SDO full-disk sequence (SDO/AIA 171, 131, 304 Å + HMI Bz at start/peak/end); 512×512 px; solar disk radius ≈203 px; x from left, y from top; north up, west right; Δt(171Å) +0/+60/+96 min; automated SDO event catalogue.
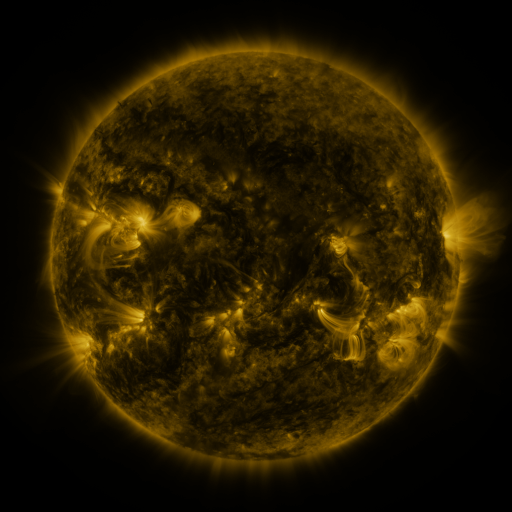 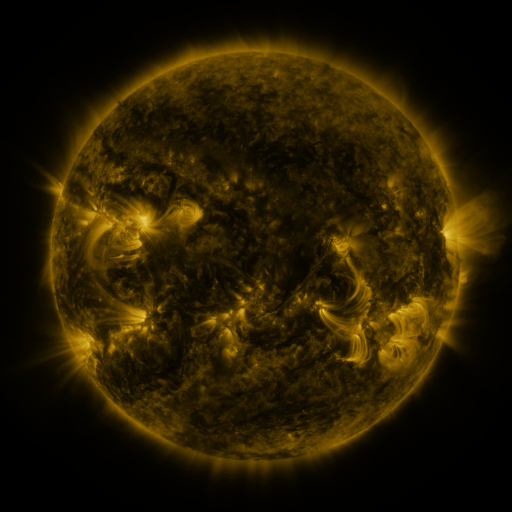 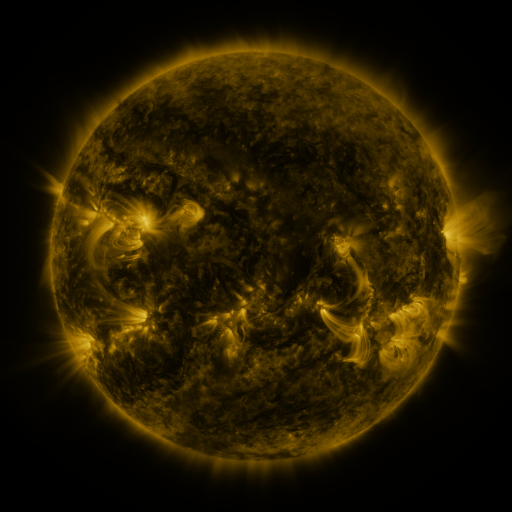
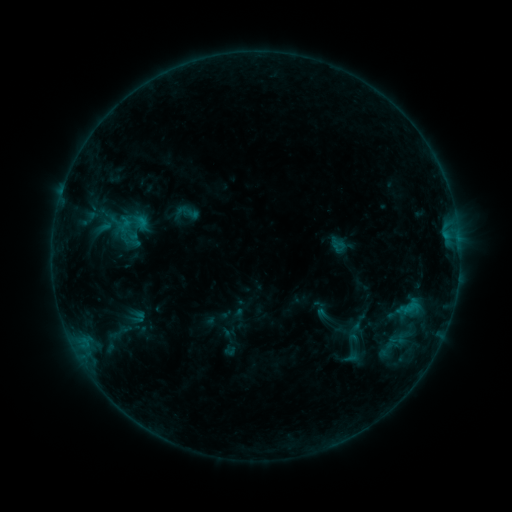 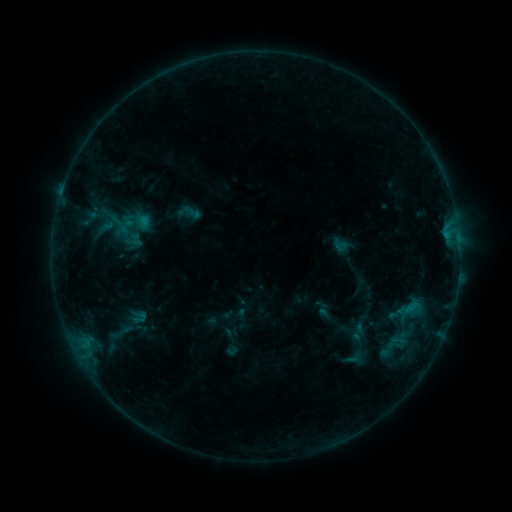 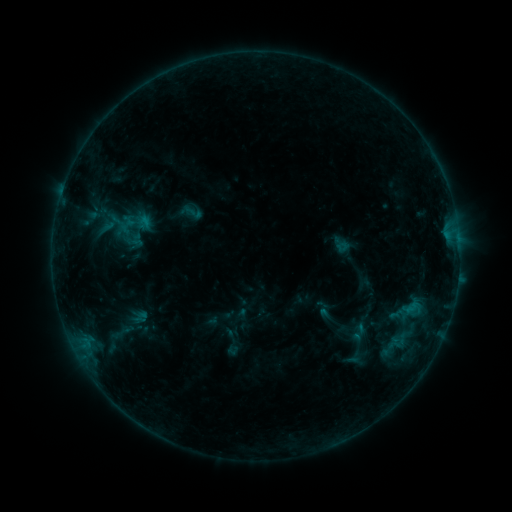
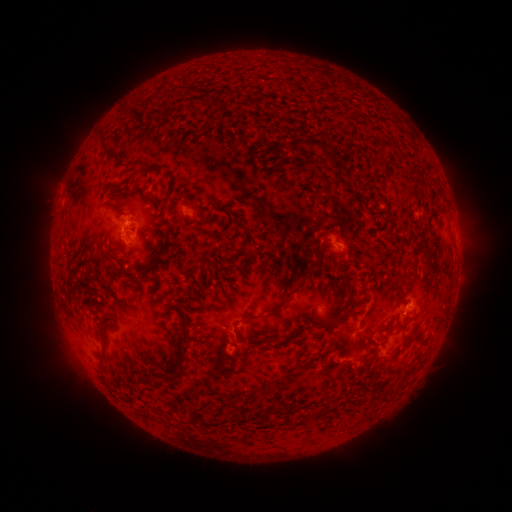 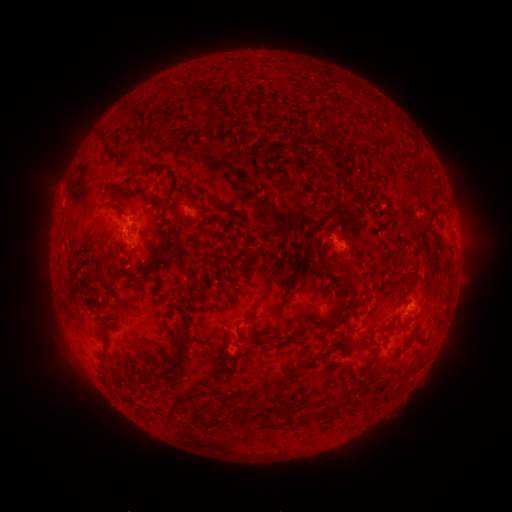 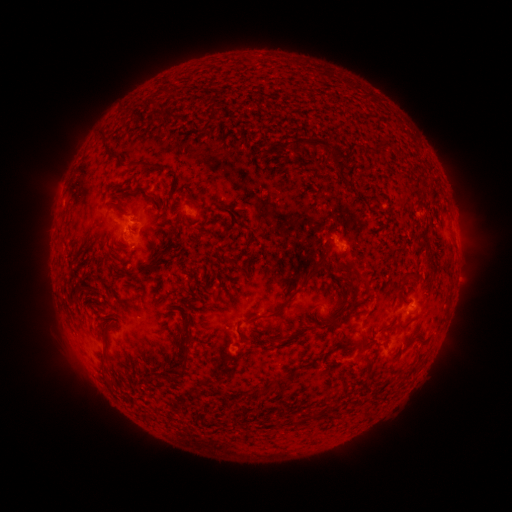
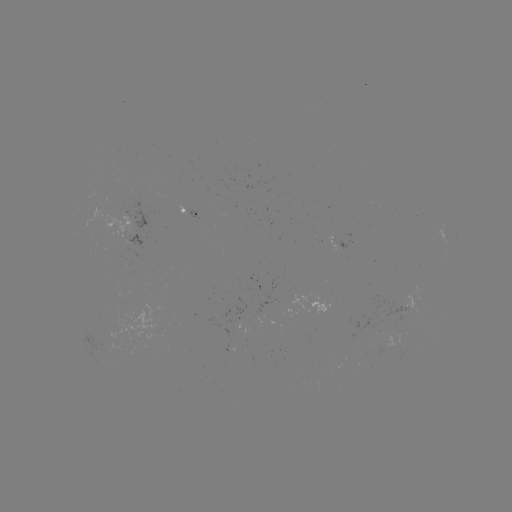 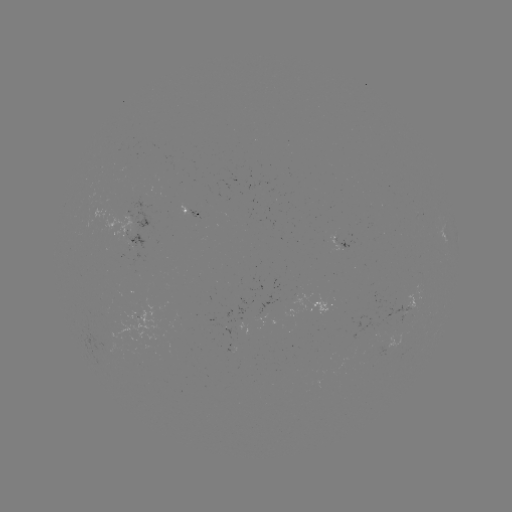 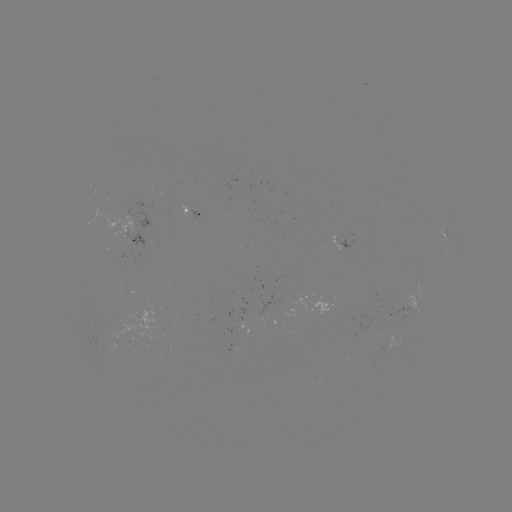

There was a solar emerging-flux region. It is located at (236, 347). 